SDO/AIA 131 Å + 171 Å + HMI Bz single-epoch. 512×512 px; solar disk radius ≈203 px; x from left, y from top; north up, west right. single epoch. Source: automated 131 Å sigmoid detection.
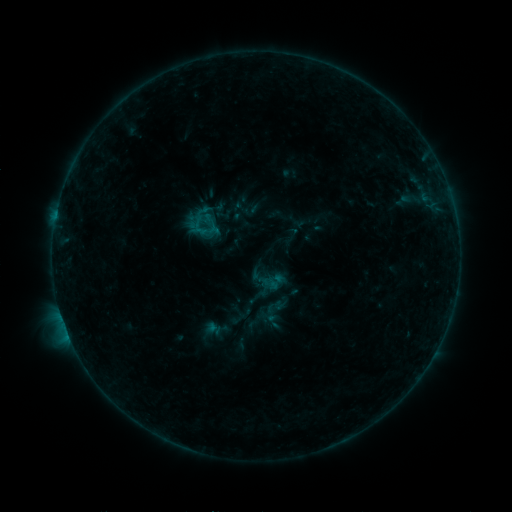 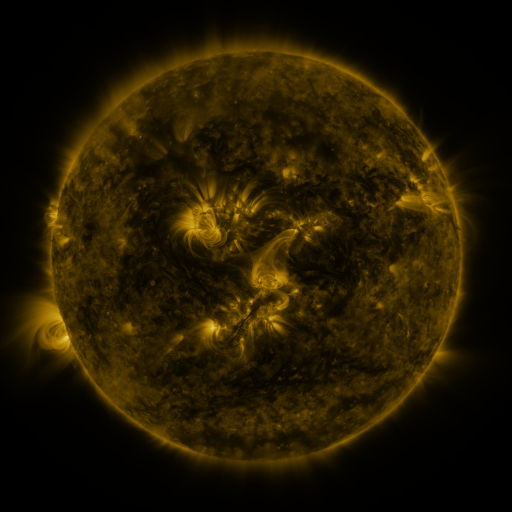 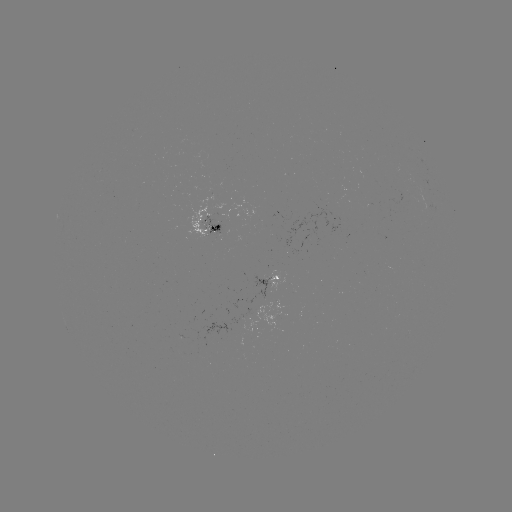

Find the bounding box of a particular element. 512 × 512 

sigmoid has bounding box [265, 312, 281, 329].